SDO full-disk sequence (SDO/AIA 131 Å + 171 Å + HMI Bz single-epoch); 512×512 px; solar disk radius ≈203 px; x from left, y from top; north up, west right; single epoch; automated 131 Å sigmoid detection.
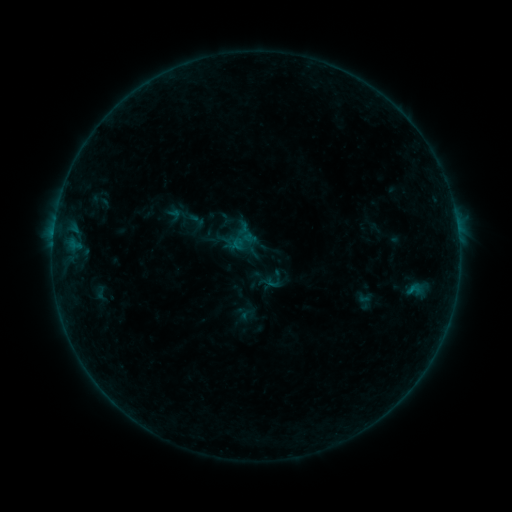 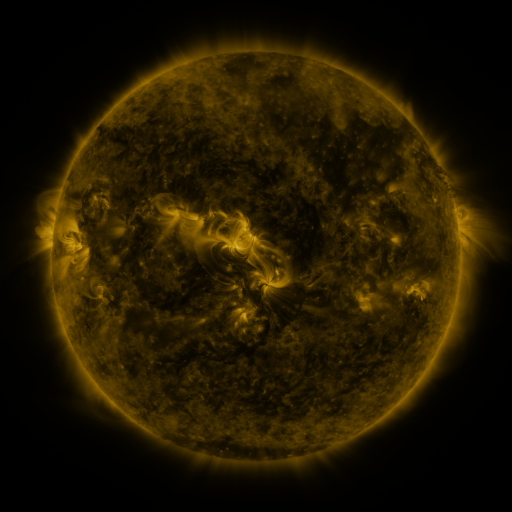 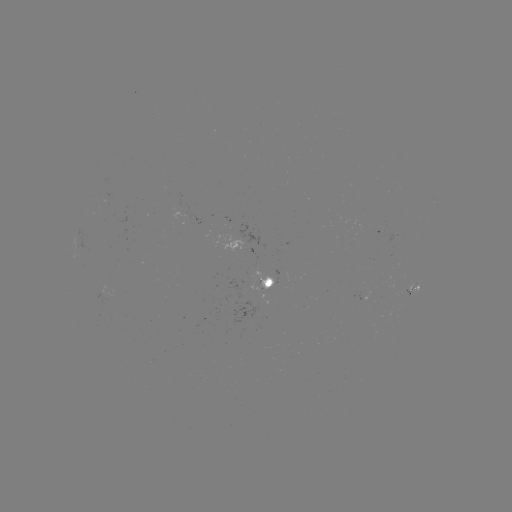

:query sigmoid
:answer (414, 289)